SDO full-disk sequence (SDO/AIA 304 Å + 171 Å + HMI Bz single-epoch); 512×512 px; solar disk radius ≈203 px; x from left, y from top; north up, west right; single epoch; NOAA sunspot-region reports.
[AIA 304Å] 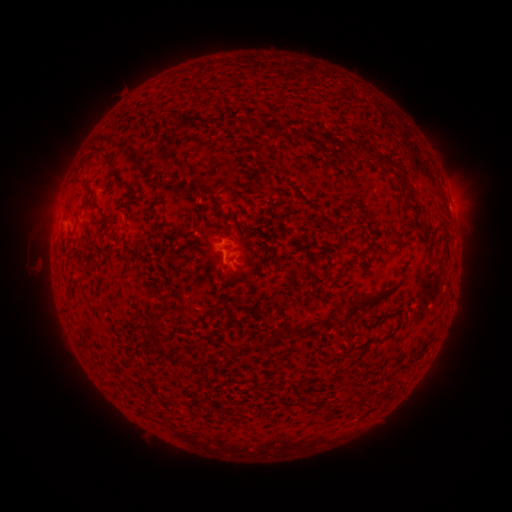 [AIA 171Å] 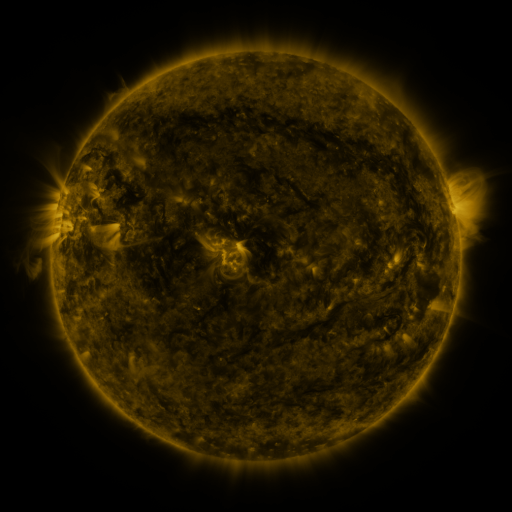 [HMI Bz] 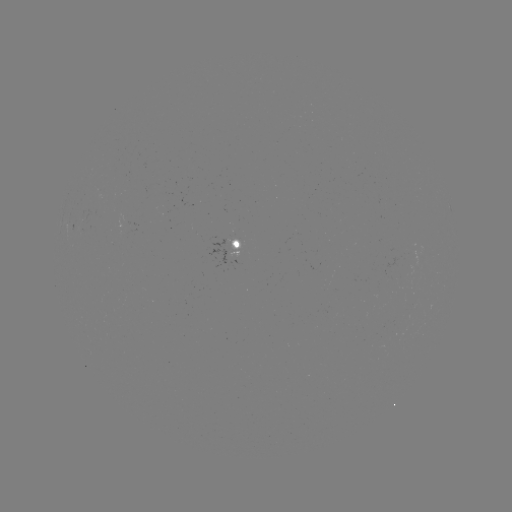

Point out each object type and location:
spotted active region: (241, 250)
